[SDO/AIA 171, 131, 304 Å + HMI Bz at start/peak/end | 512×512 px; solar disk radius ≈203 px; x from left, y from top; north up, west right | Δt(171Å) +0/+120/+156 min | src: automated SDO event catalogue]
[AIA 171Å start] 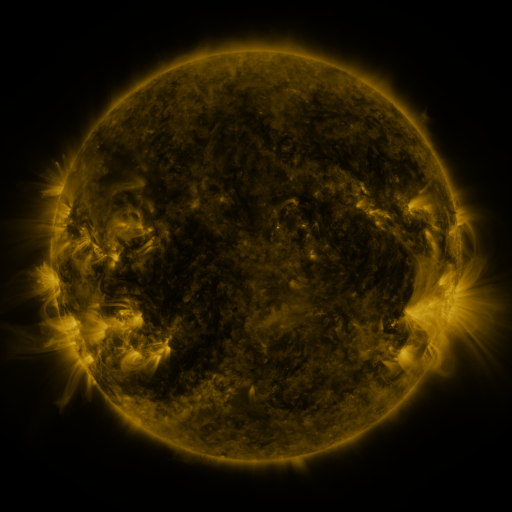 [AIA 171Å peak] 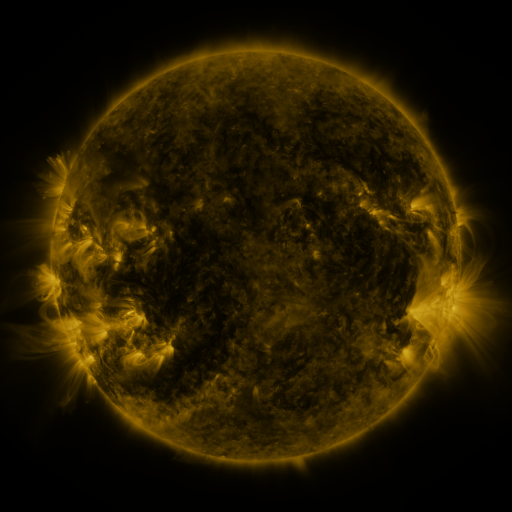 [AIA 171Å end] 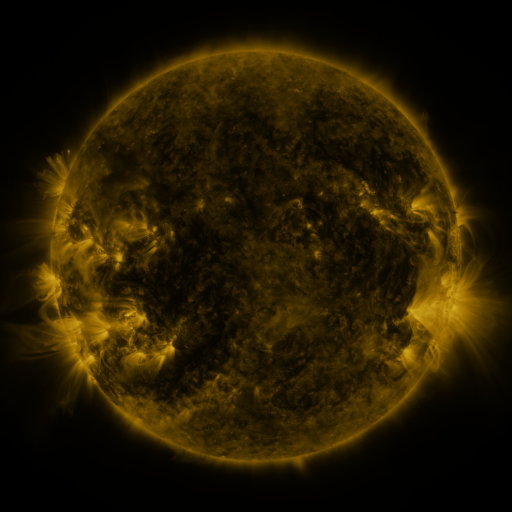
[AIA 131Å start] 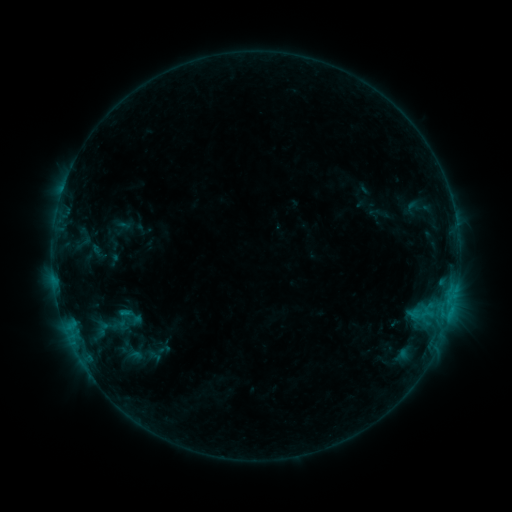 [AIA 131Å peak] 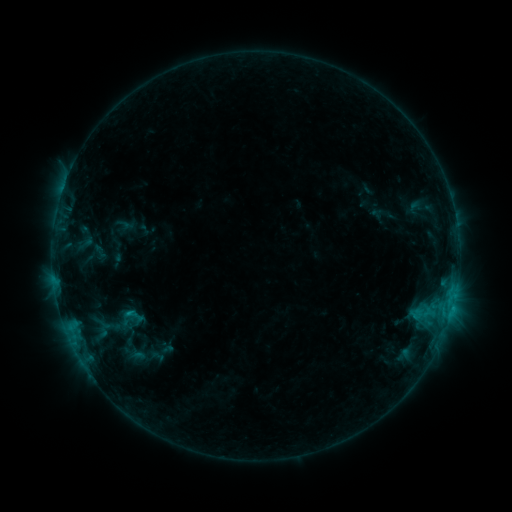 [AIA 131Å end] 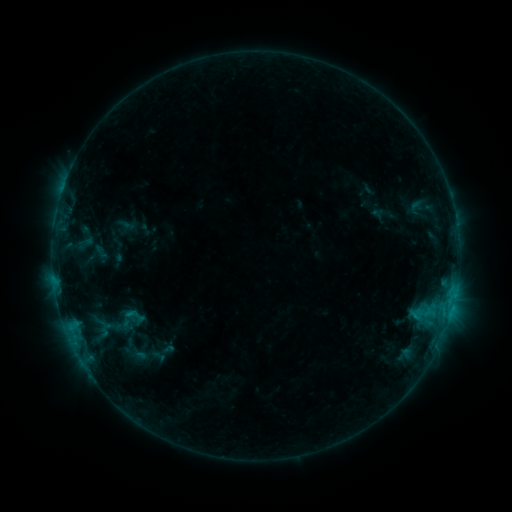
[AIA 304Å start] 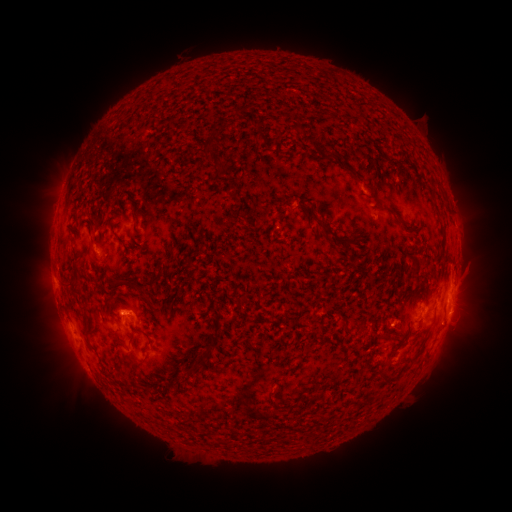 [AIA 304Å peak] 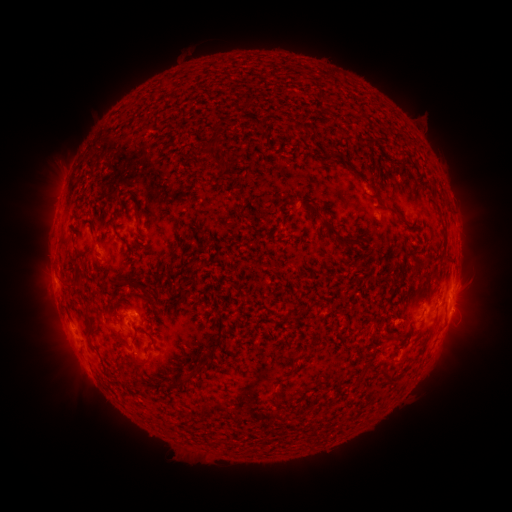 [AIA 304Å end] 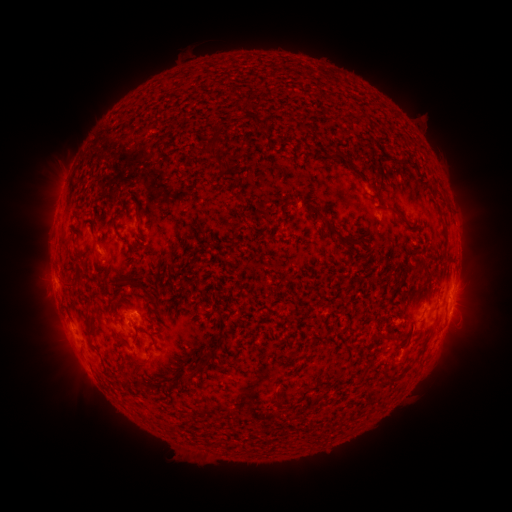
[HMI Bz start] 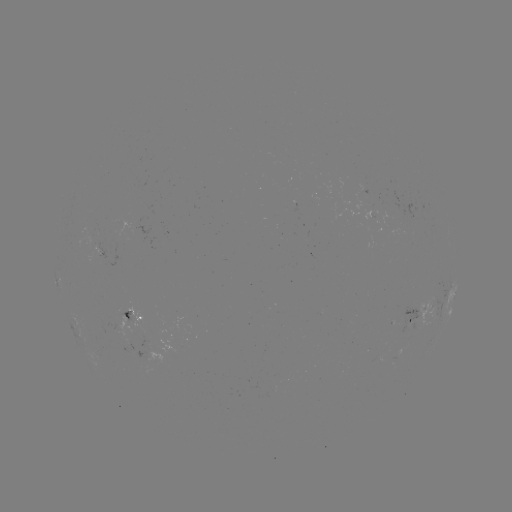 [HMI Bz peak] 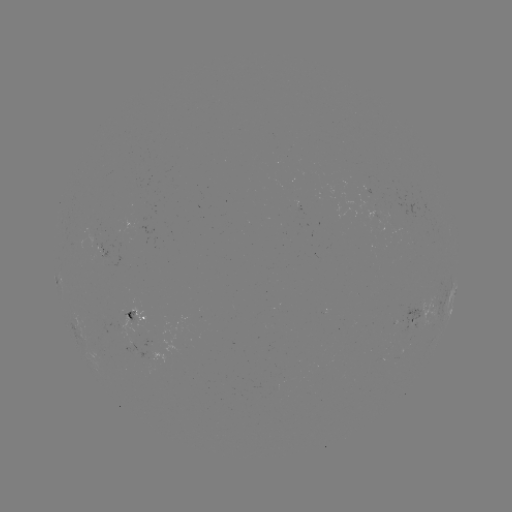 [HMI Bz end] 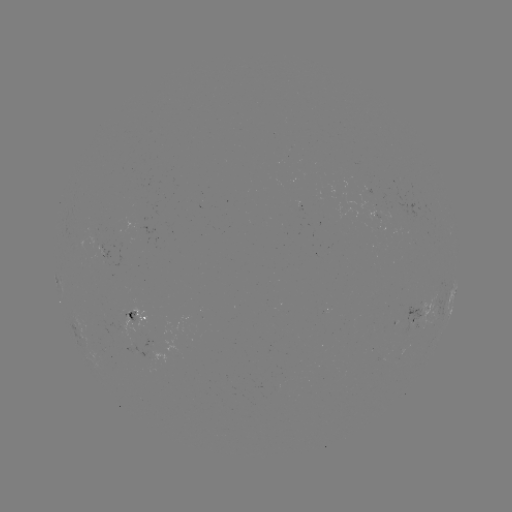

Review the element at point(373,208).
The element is emerging-flux region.